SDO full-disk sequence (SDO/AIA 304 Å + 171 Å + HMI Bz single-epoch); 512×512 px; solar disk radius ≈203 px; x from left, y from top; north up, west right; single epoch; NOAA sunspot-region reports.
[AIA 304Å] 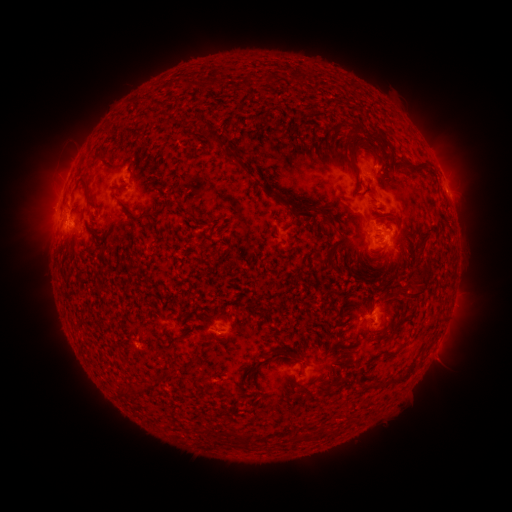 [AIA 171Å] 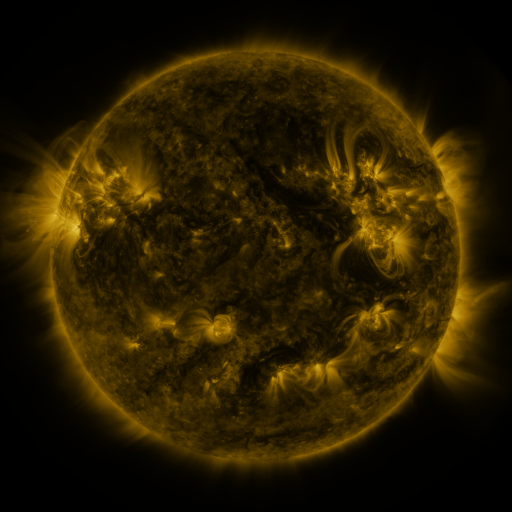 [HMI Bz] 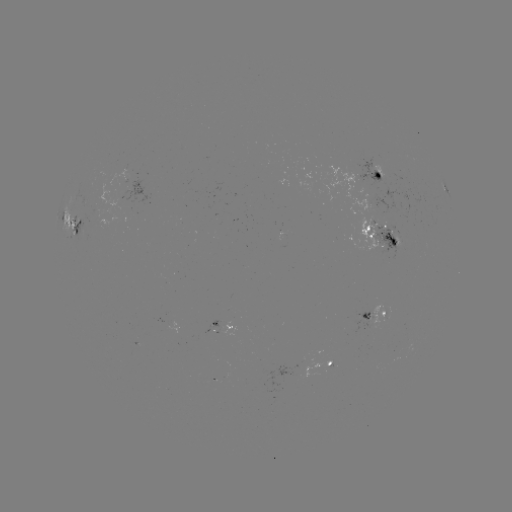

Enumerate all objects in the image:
spotted active region: (381, 180)
spotted active region: (133, 187)
spotted active region: (447, 191)
spotted active region: (77, 229)
spotted active region: (382, 232)
spotted active region: (376, 313)
spotted active region: (225, 324)
spotted active region: (436, 346)
spotted active region: (332, 364)
